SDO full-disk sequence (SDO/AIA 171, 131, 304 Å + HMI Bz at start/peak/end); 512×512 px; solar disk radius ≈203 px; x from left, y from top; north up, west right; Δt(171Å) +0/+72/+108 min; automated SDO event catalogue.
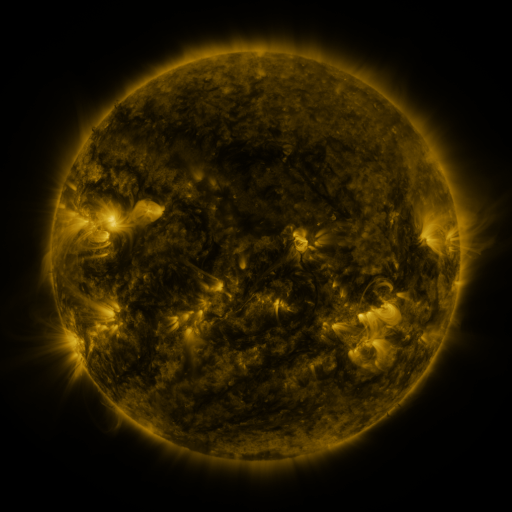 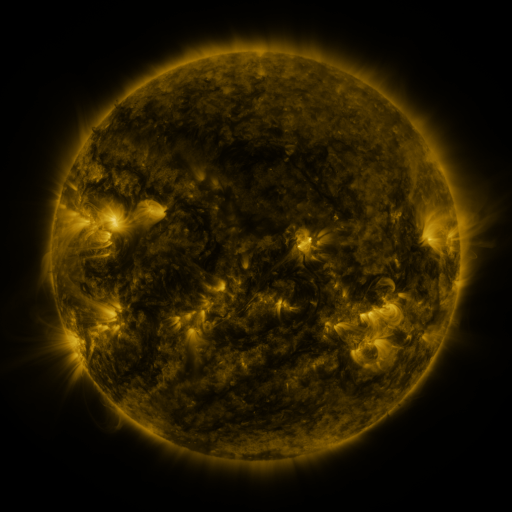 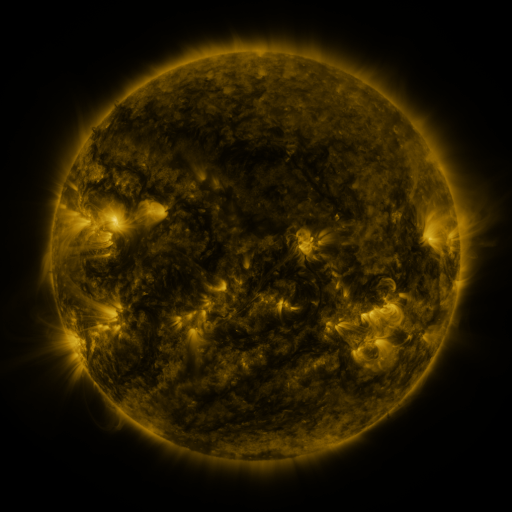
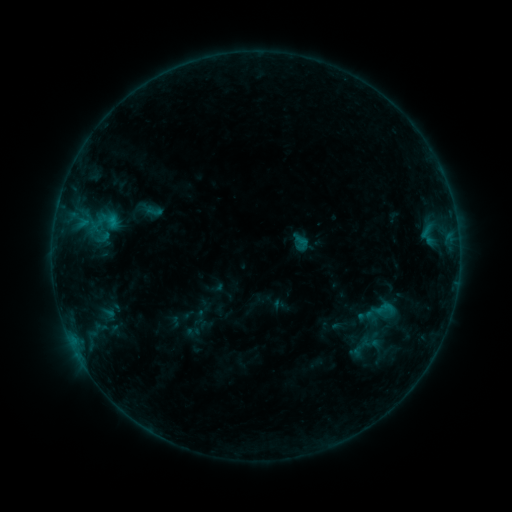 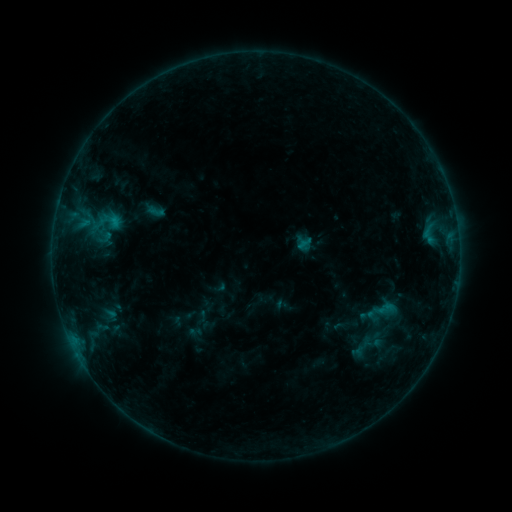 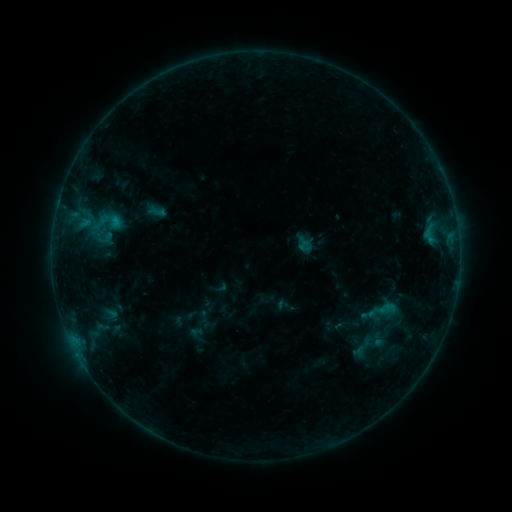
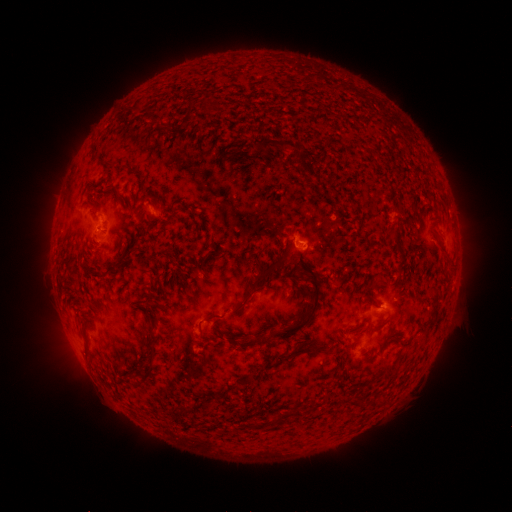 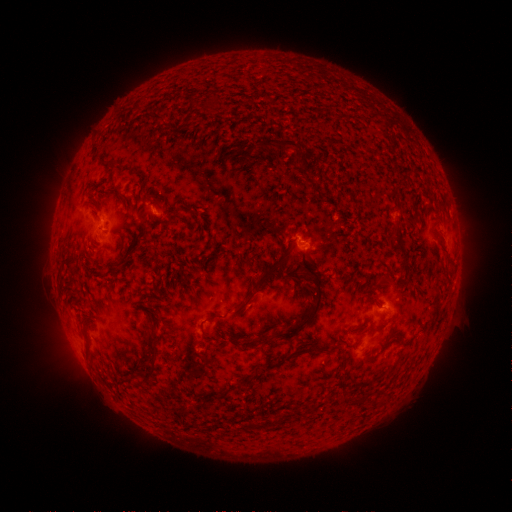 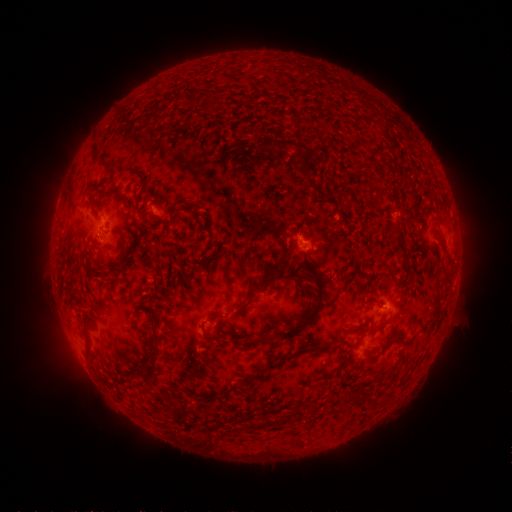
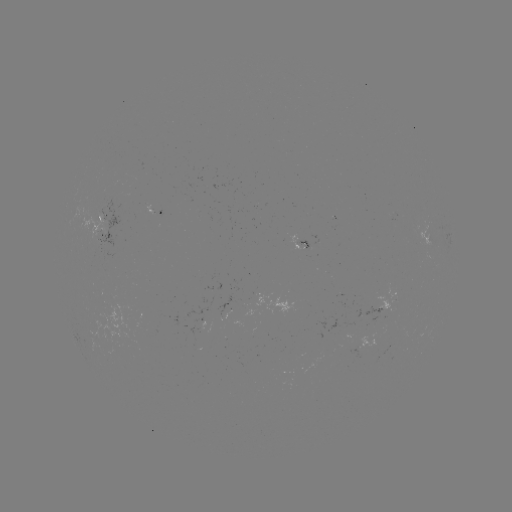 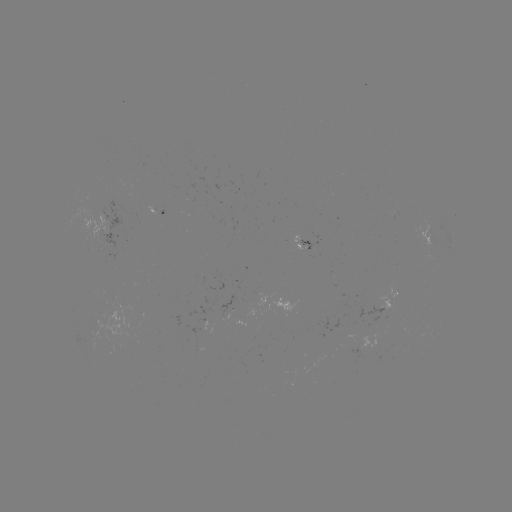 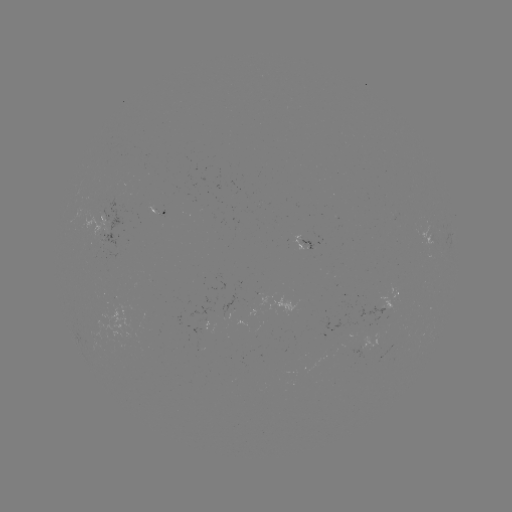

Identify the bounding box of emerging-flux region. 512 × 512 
[360, 337, 393, 354].